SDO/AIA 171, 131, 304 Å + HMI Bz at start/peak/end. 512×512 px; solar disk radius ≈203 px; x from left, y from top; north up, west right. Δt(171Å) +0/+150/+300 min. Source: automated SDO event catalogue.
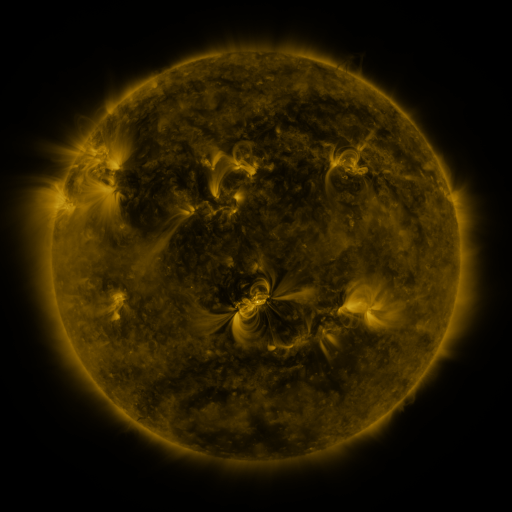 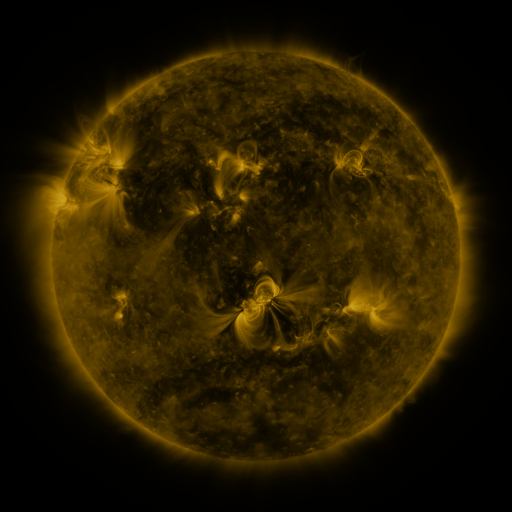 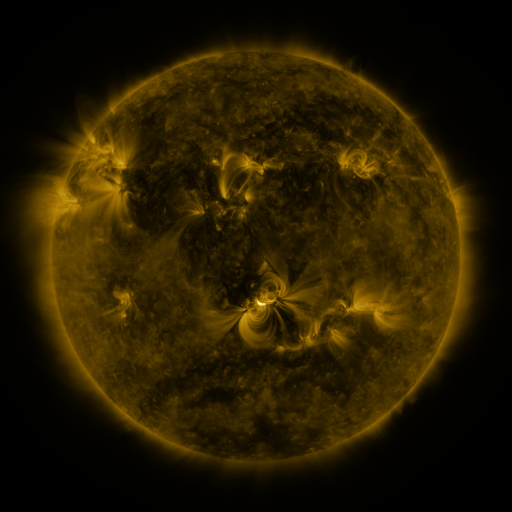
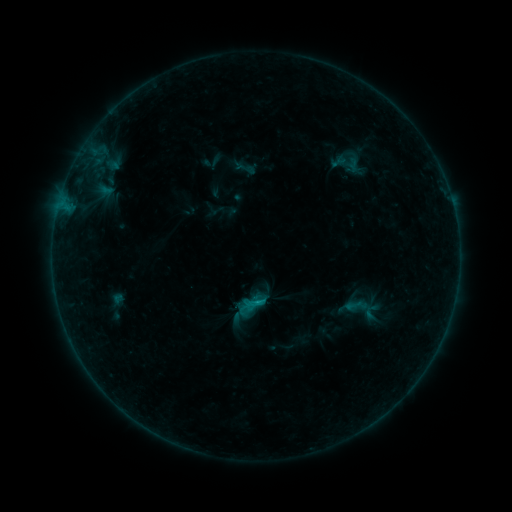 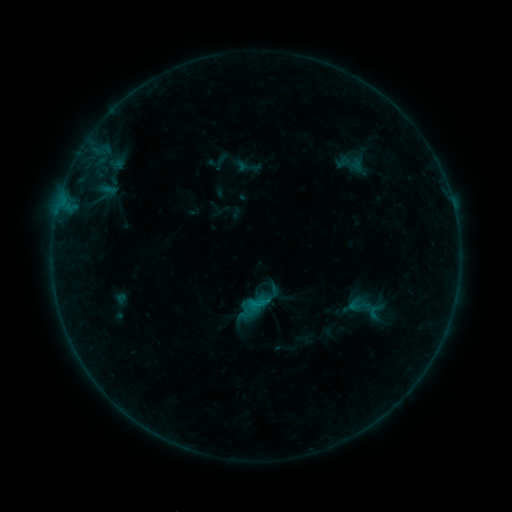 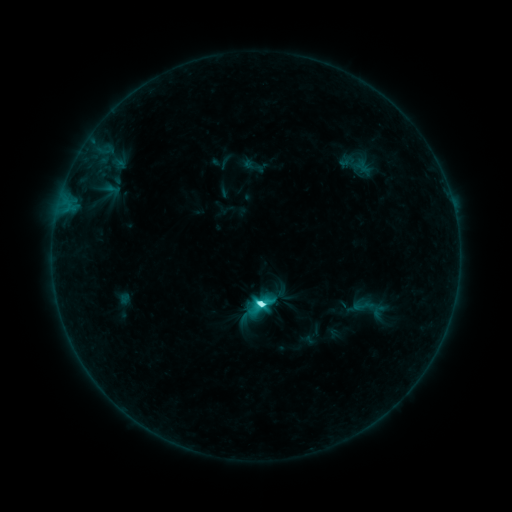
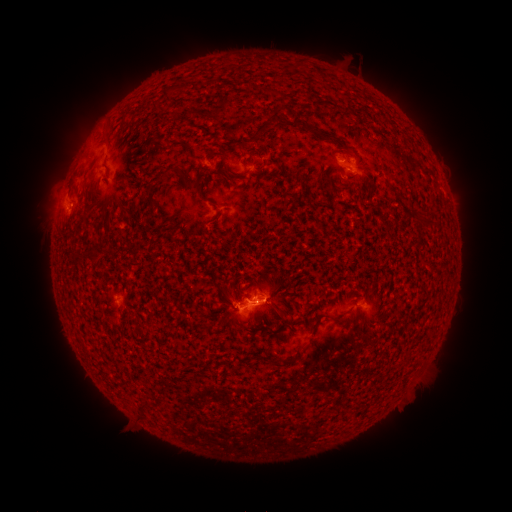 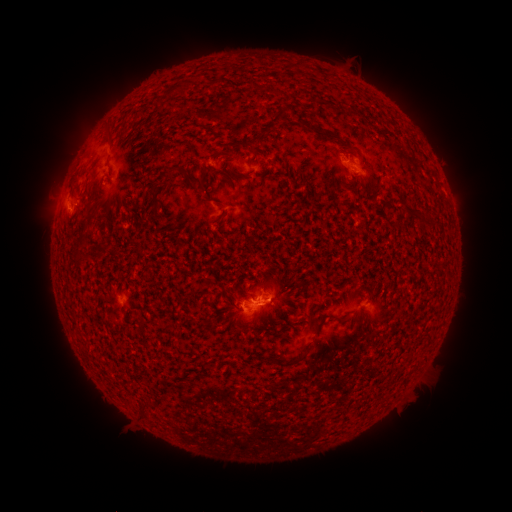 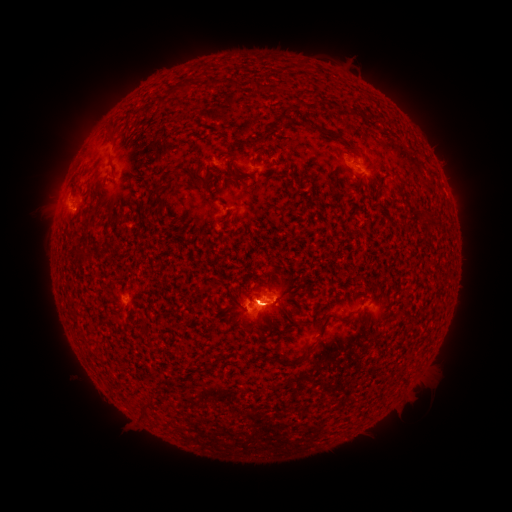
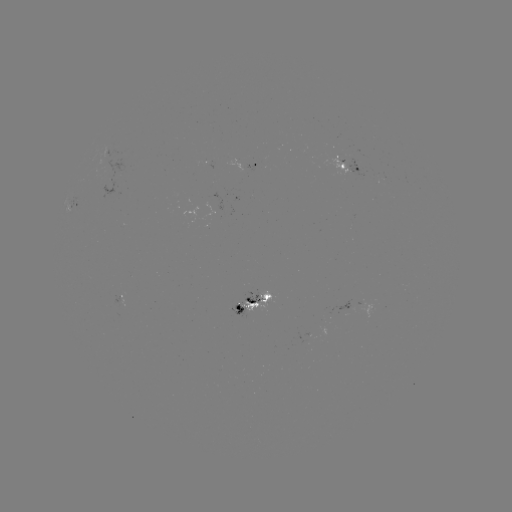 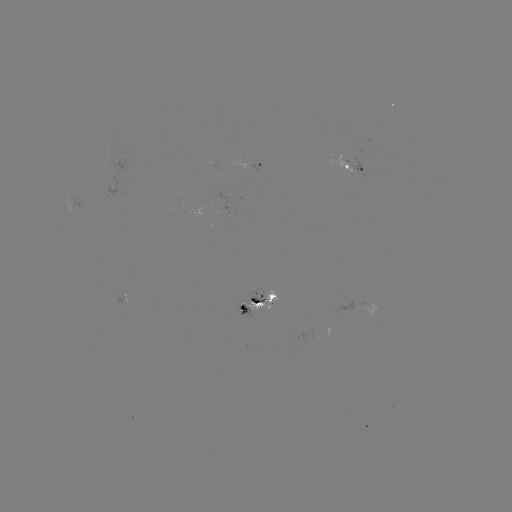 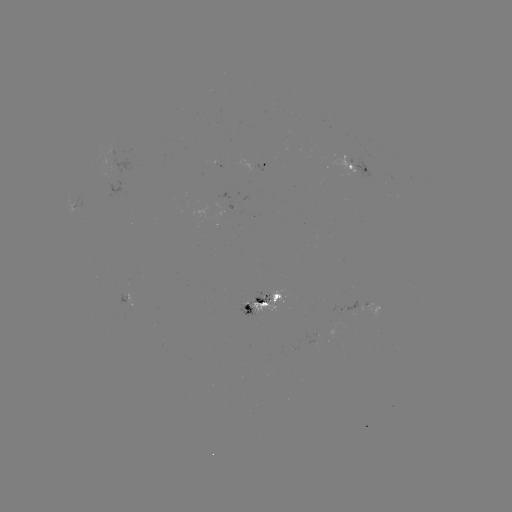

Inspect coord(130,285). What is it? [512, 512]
filament eruption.